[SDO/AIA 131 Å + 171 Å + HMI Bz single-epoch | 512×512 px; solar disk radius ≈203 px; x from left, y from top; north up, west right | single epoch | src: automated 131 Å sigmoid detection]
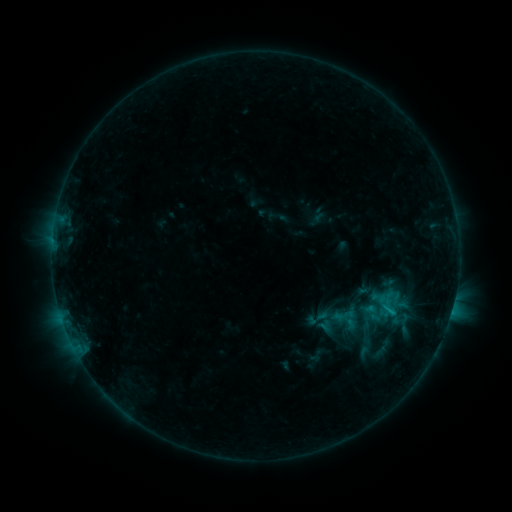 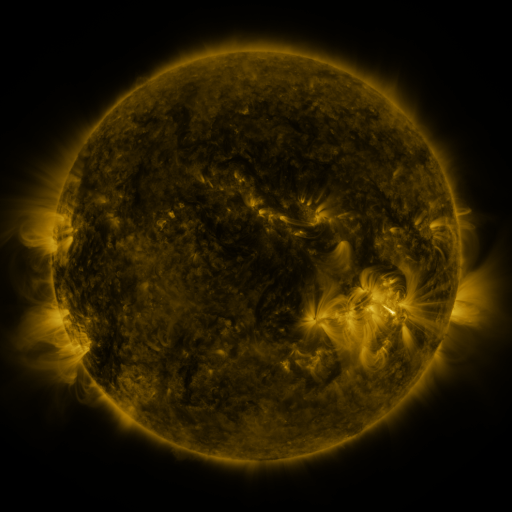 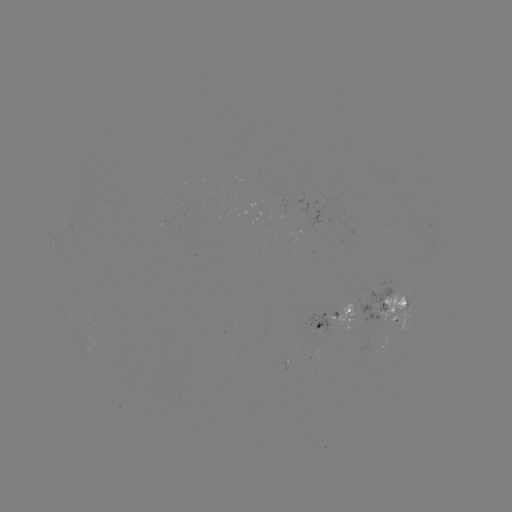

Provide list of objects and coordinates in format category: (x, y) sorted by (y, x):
sigmoid: (390, 304)
sigmoid: (318, 318)
